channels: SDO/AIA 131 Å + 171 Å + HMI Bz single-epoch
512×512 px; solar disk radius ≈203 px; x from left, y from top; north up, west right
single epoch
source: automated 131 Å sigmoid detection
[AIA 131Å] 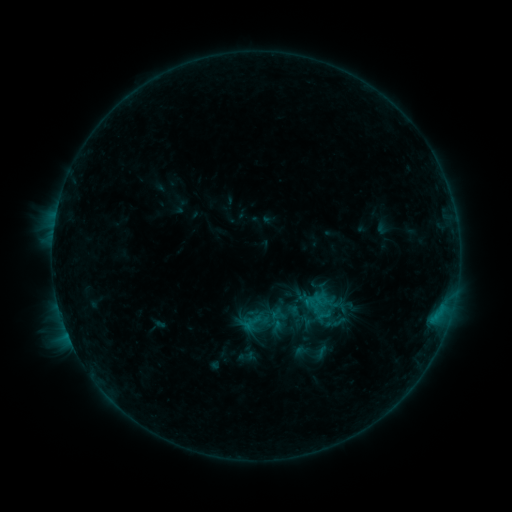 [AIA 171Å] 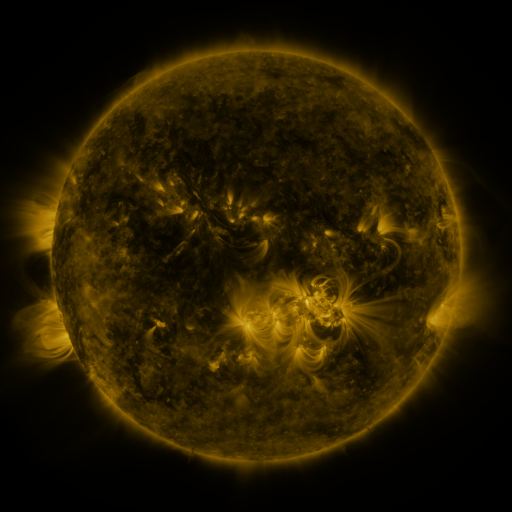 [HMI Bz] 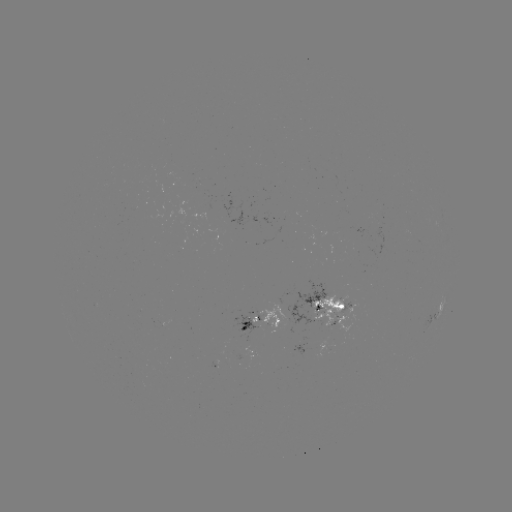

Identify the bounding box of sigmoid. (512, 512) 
[294, 334, 329, 369].